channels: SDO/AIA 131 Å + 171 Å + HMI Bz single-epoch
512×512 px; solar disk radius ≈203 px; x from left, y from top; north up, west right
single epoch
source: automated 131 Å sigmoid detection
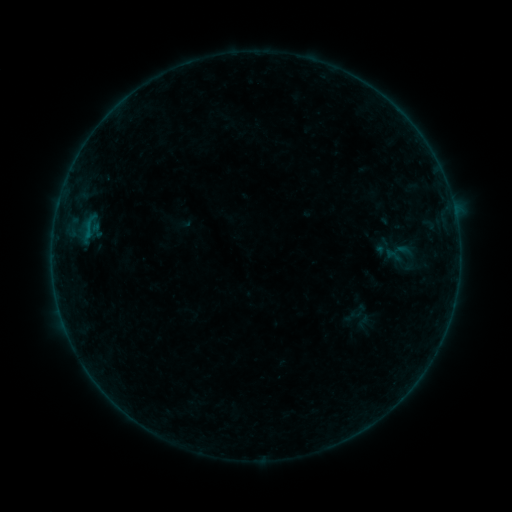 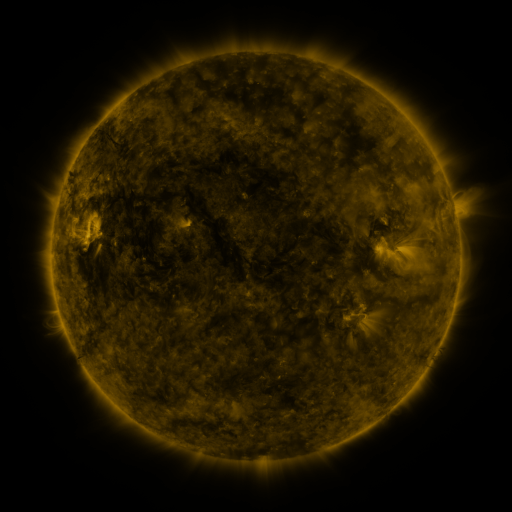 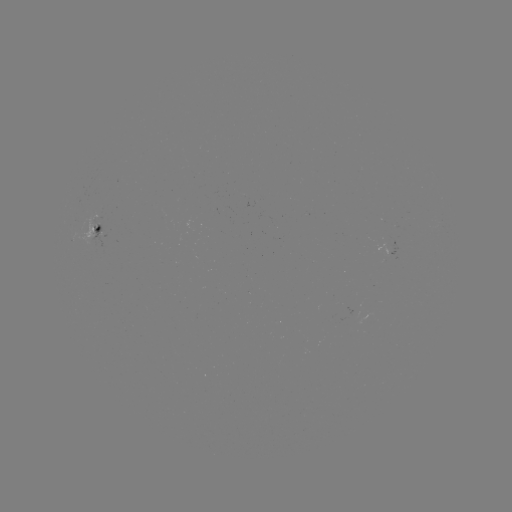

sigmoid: (385, 248, 404, 266)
